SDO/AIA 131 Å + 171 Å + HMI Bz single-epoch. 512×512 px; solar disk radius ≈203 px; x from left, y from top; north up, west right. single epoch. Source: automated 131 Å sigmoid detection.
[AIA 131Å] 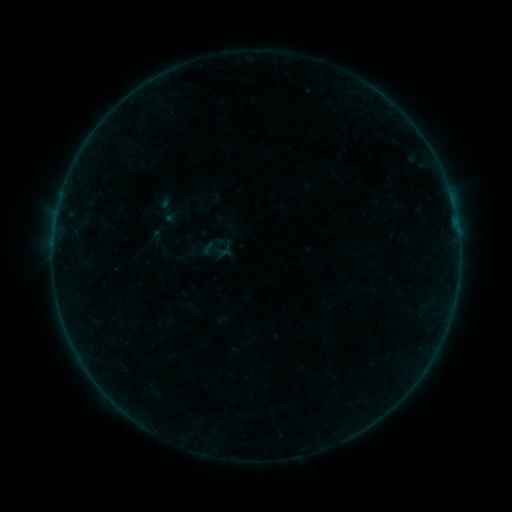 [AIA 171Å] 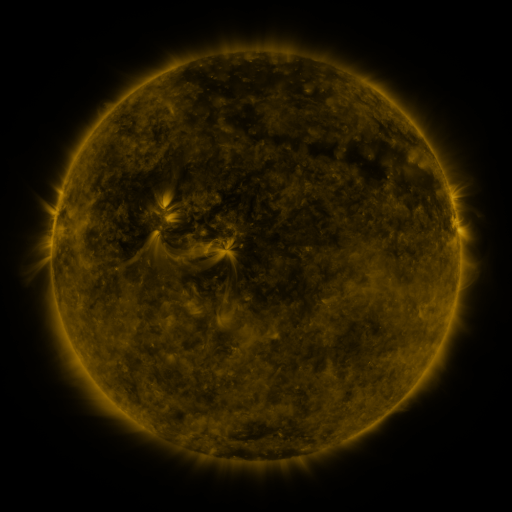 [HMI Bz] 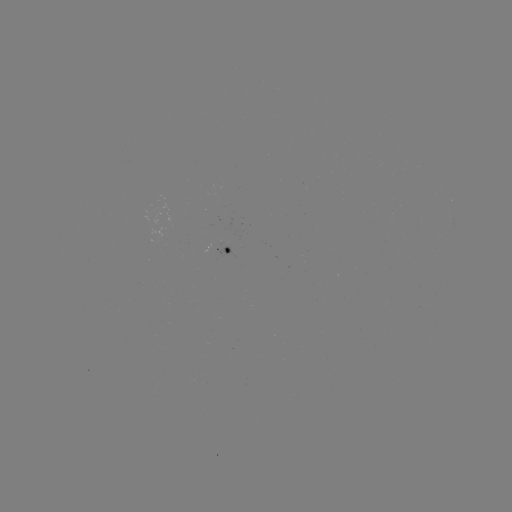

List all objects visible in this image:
sigmoid: (199, 231, 230, 264)
